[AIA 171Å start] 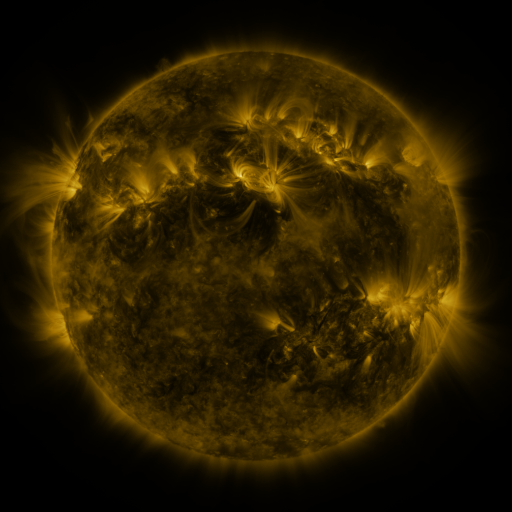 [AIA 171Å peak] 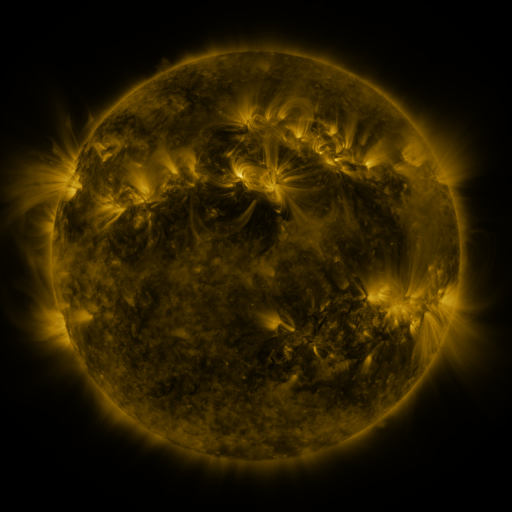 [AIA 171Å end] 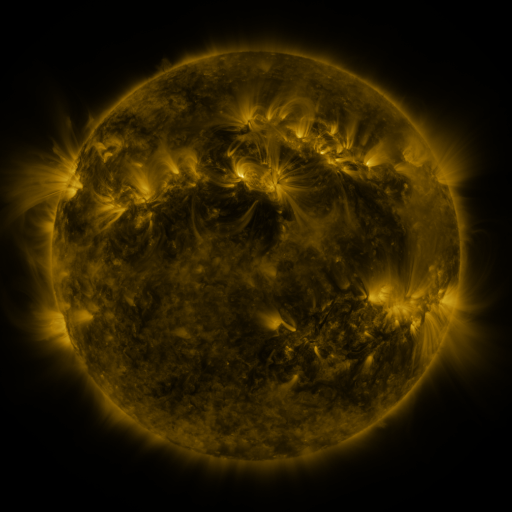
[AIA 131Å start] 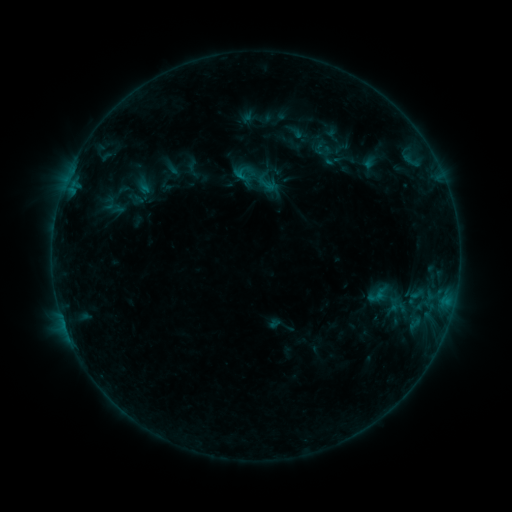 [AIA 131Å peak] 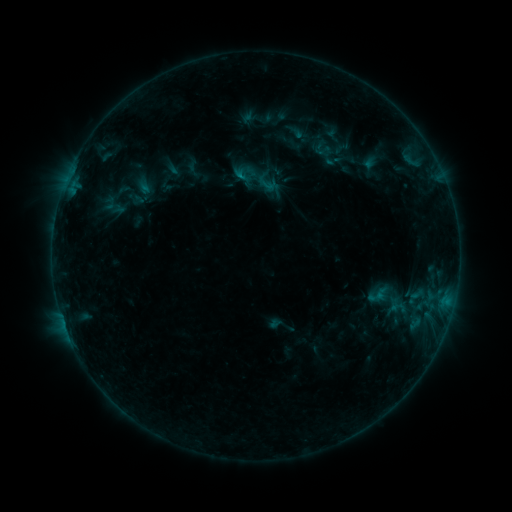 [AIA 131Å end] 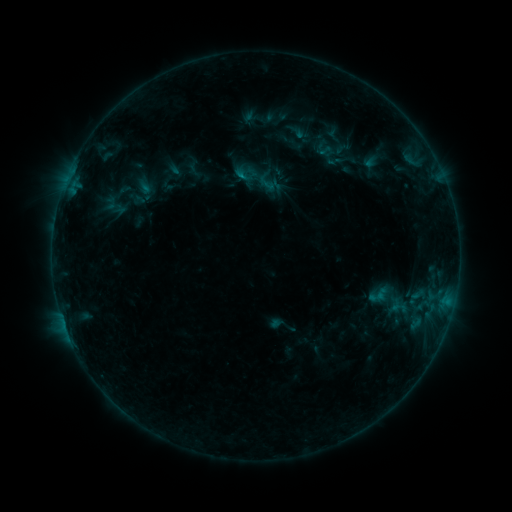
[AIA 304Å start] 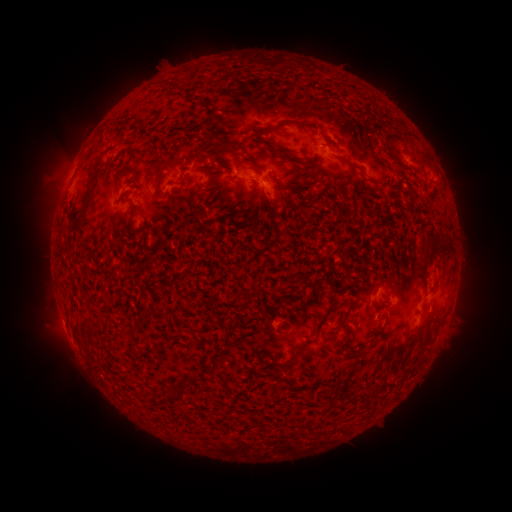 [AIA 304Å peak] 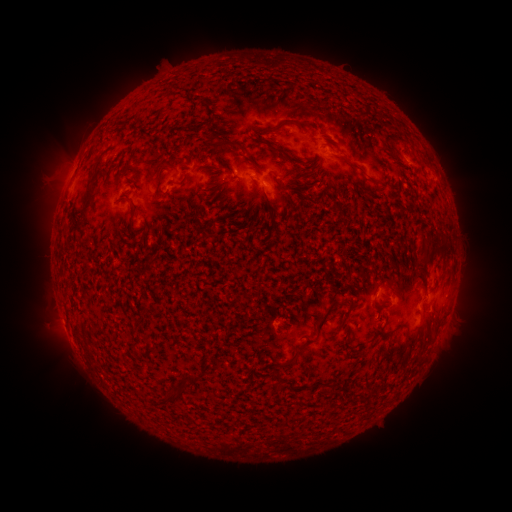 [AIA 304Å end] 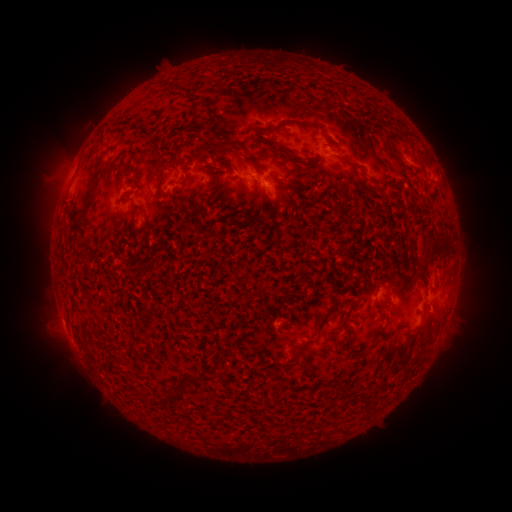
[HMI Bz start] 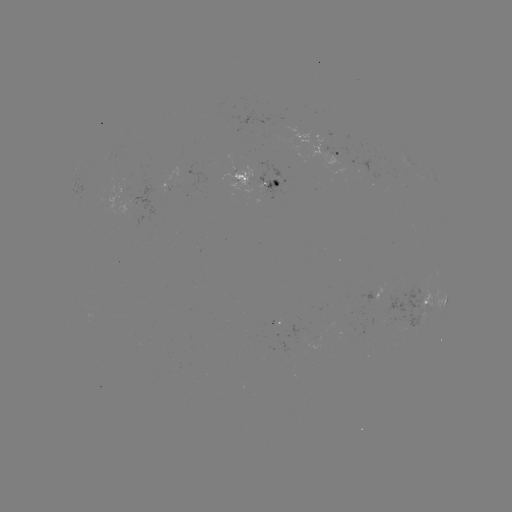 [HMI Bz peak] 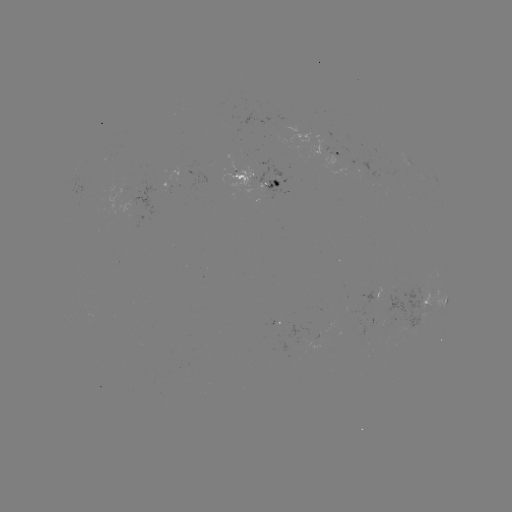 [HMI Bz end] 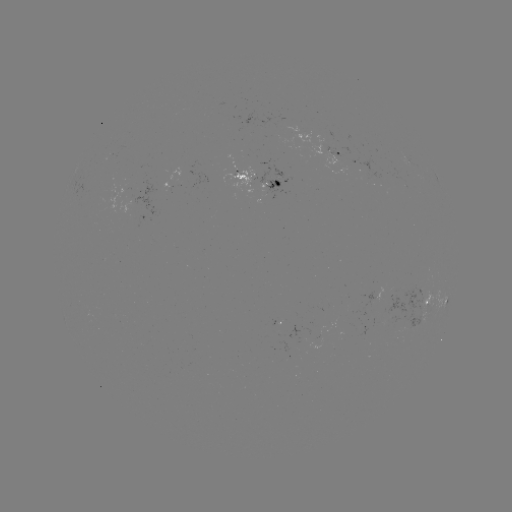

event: emerging-flux region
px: (331, 156)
